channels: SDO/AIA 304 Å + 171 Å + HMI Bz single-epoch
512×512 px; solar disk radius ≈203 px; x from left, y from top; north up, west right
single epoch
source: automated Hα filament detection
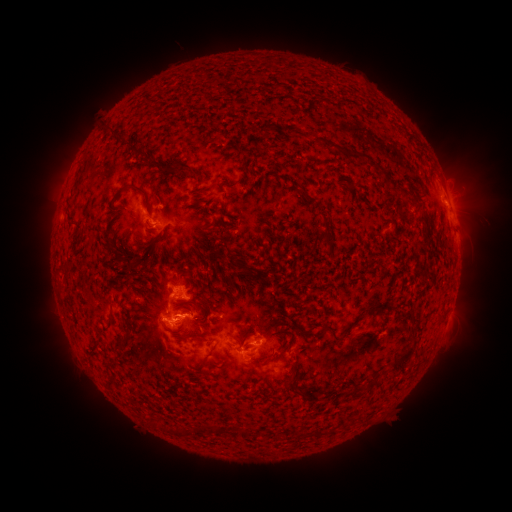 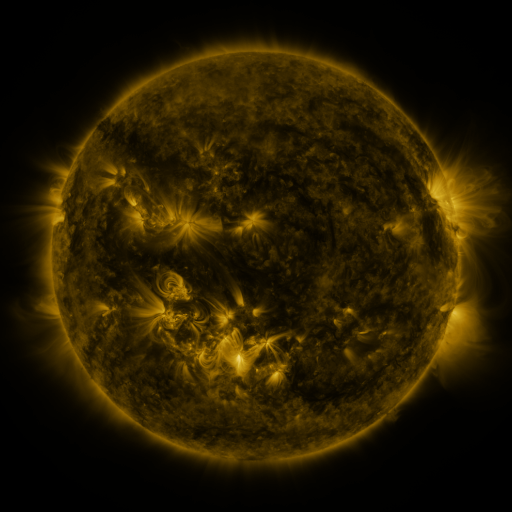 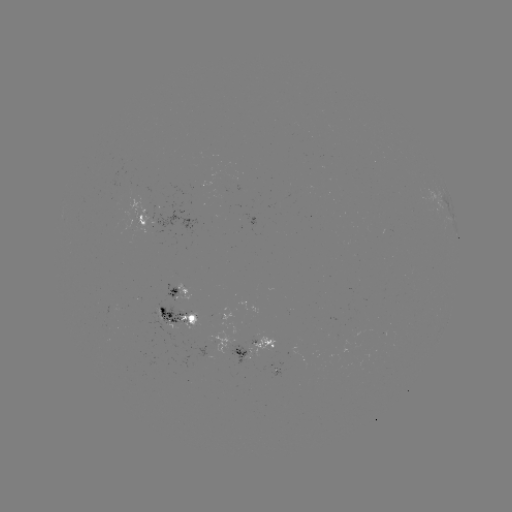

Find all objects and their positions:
filament: (349, 155)
filament: (187, 169)
filament: (142, 190)
filament: (326, 226)
filament: (328, 243)
filament: (161, 310)
filament: (117, 346)
filament: (398, 363)
